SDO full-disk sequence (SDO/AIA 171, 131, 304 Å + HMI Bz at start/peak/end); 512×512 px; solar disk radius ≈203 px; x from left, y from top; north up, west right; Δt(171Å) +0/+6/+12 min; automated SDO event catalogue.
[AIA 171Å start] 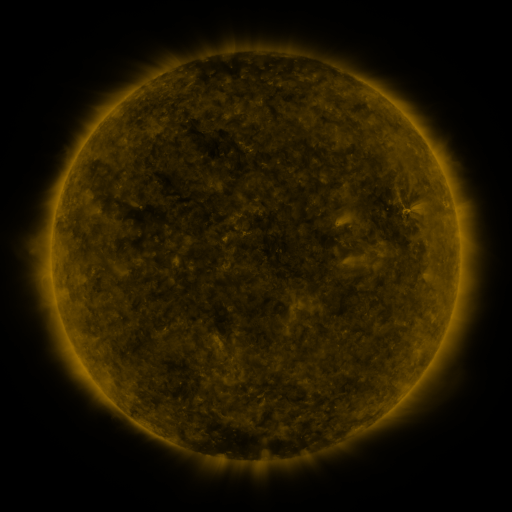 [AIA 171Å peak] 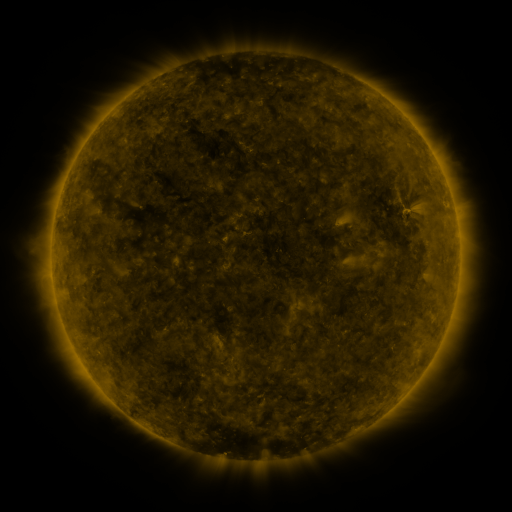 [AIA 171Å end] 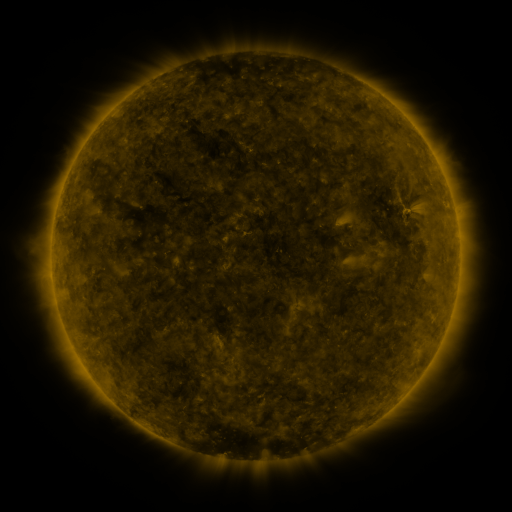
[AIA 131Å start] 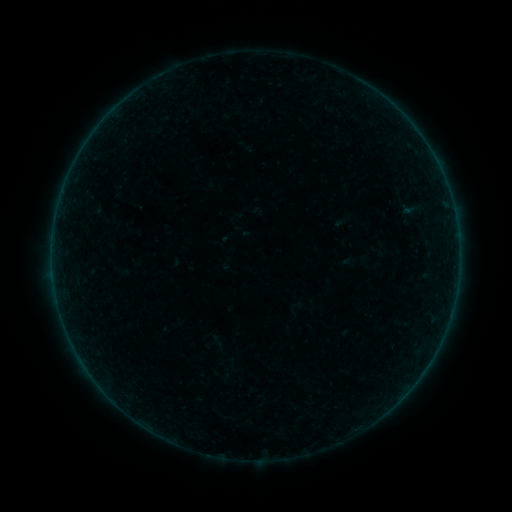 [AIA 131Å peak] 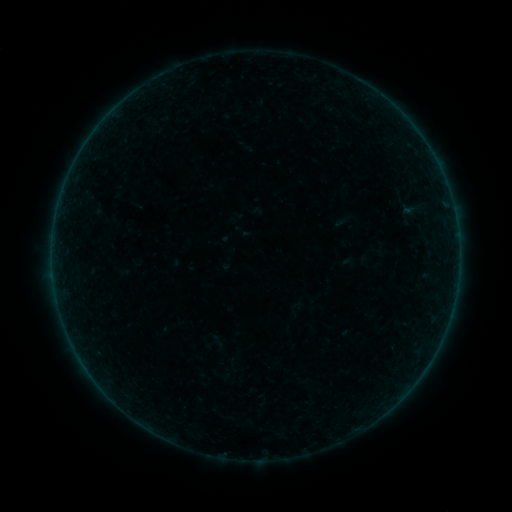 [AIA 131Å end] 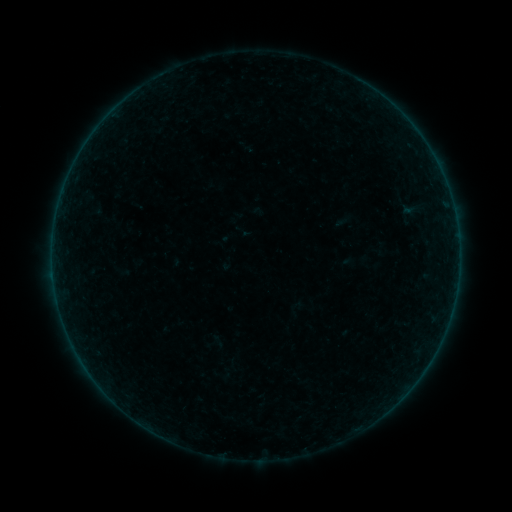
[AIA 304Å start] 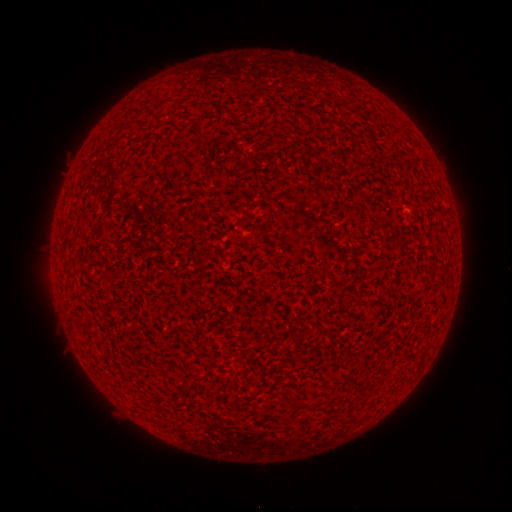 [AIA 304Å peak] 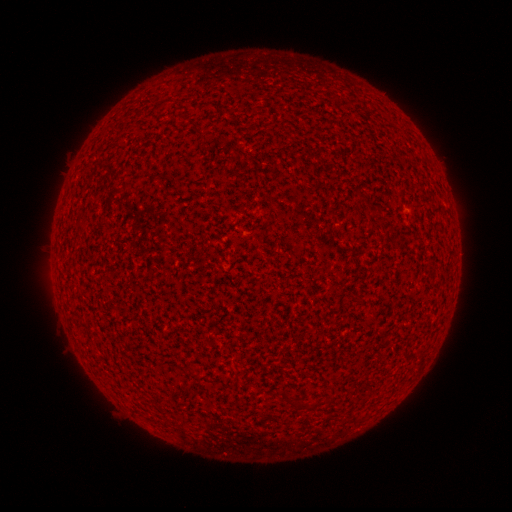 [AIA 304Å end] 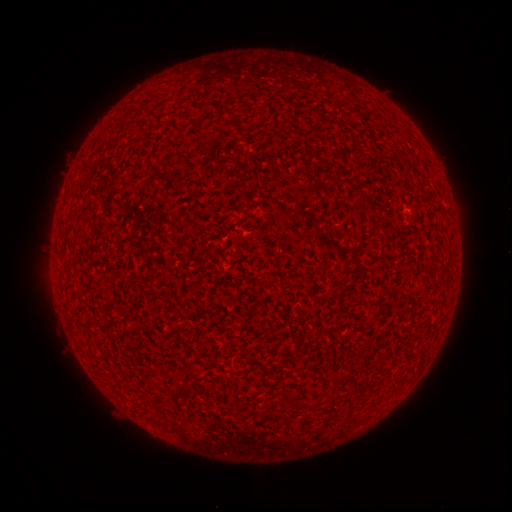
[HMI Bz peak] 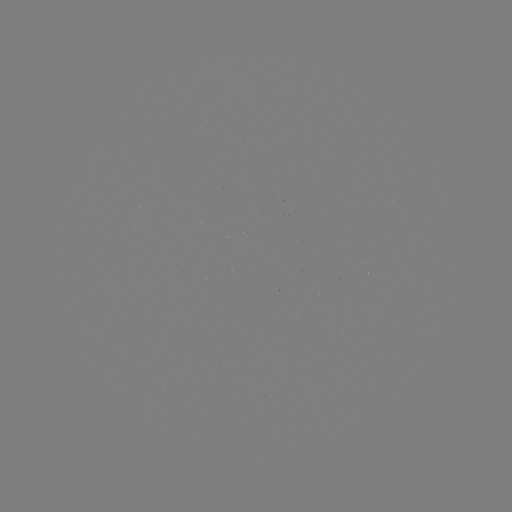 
no catalogued flare and no flagged EUV brightening in this window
